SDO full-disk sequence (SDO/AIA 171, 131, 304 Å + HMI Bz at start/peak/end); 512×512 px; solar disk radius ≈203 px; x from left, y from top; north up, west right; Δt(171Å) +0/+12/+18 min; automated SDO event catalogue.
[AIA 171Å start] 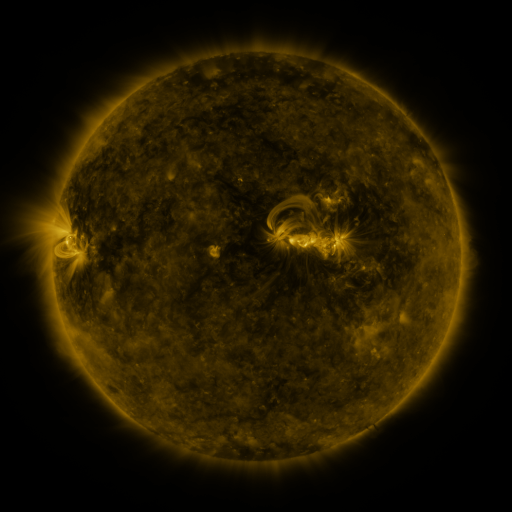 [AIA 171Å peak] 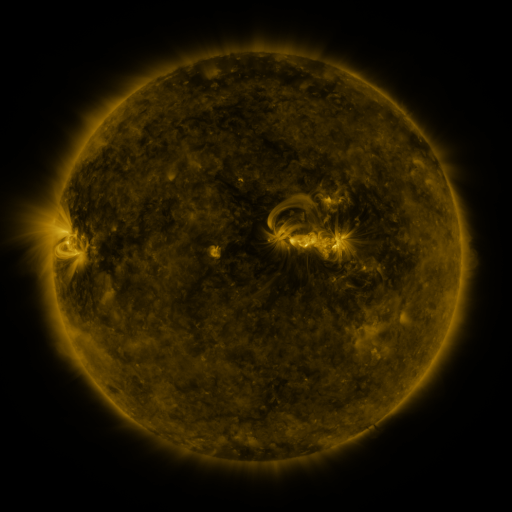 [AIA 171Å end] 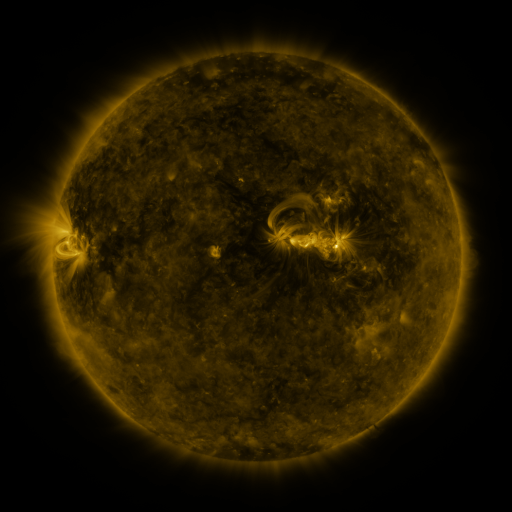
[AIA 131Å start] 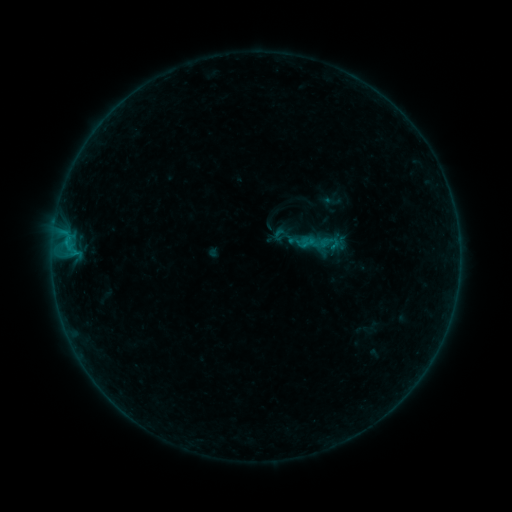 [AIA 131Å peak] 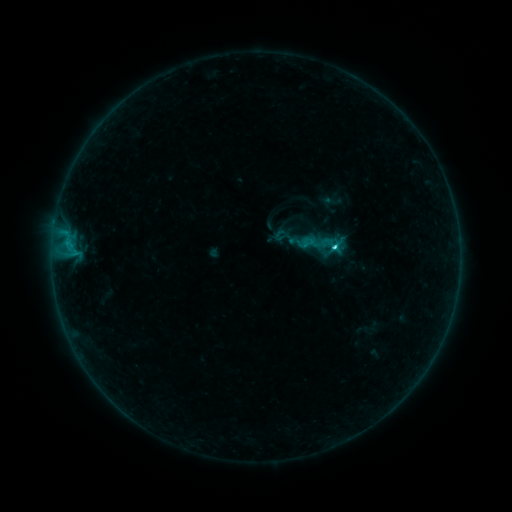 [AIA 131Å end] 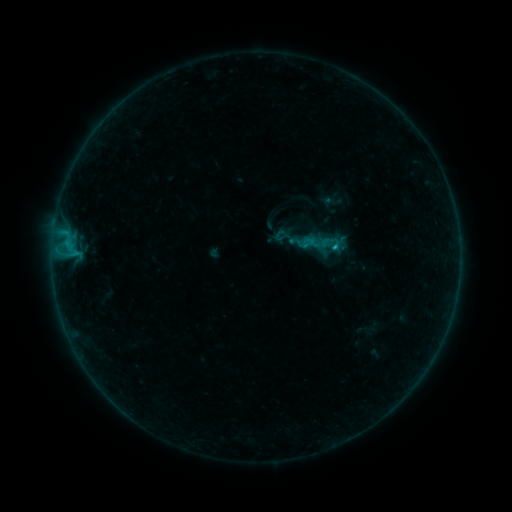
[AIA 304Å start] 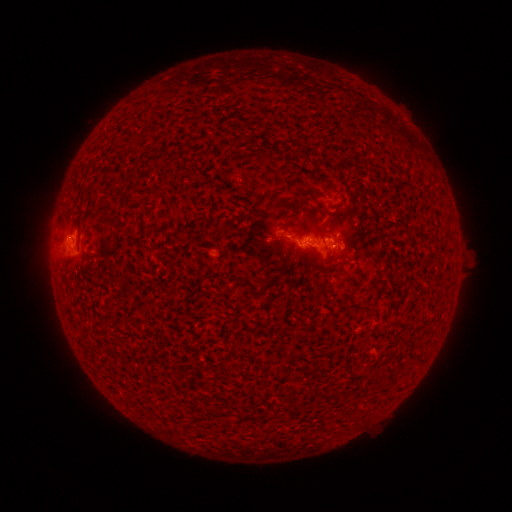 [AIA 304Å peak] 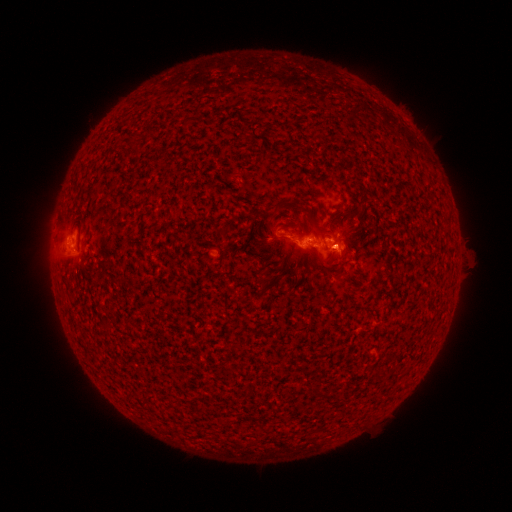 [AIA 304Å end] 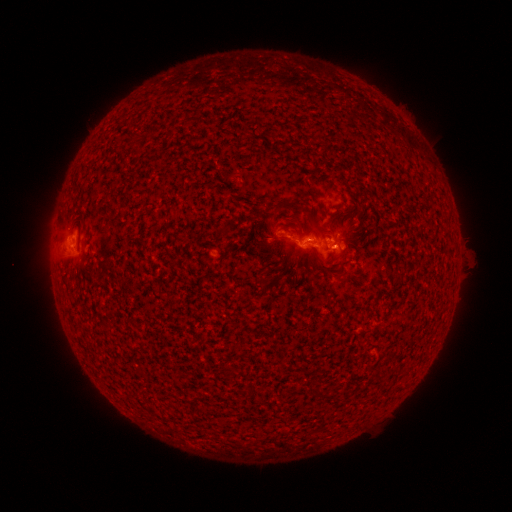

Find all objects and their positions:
C1.5 flare: (331, 250)
